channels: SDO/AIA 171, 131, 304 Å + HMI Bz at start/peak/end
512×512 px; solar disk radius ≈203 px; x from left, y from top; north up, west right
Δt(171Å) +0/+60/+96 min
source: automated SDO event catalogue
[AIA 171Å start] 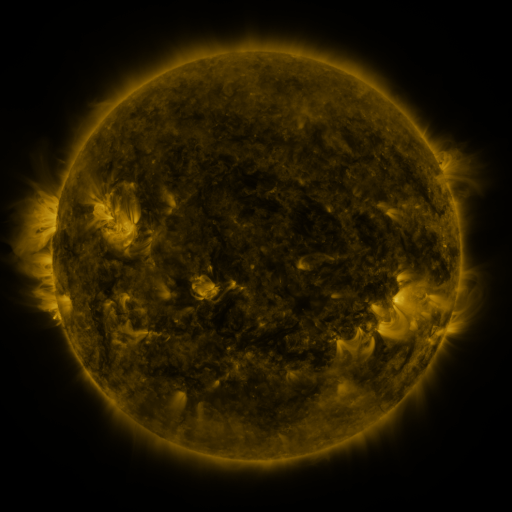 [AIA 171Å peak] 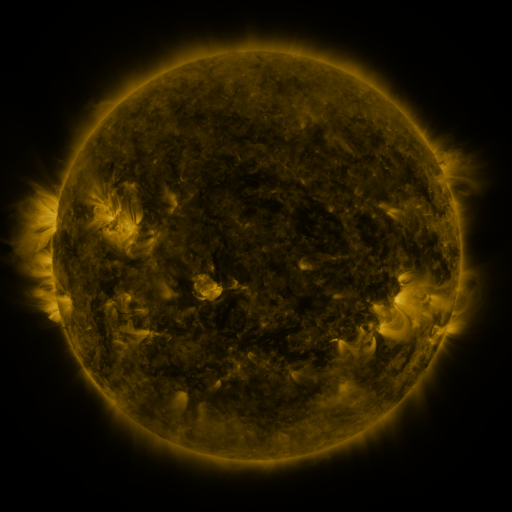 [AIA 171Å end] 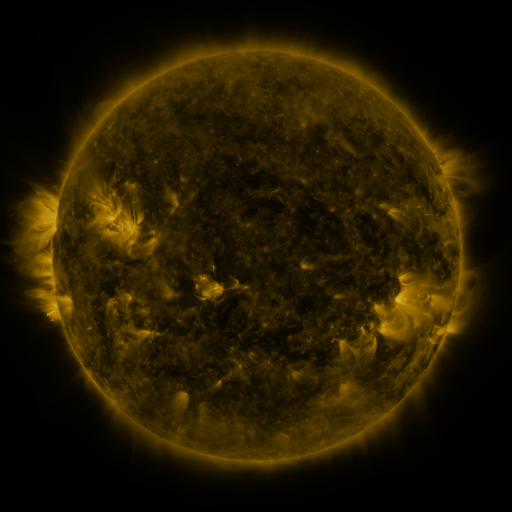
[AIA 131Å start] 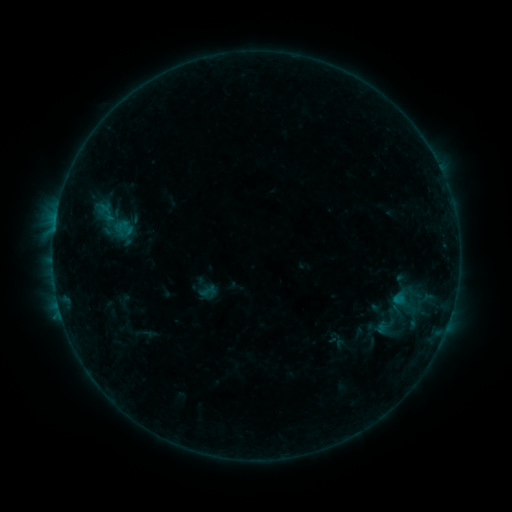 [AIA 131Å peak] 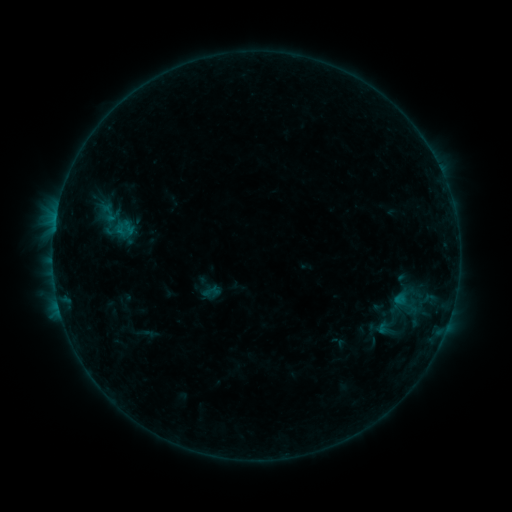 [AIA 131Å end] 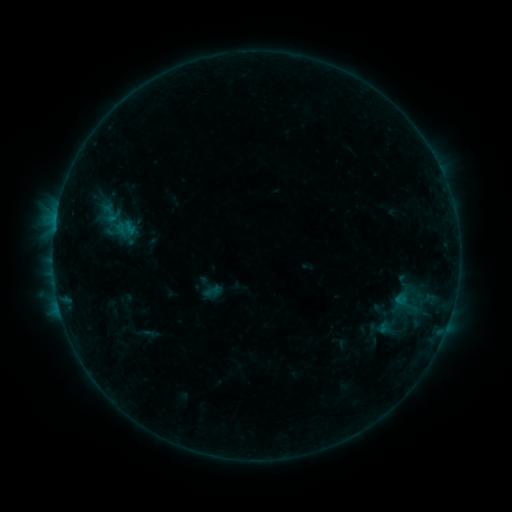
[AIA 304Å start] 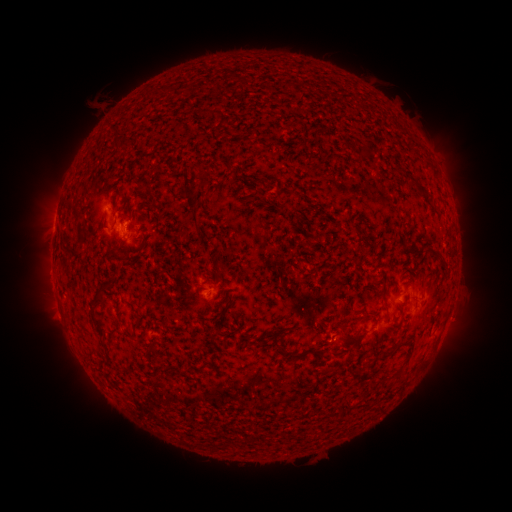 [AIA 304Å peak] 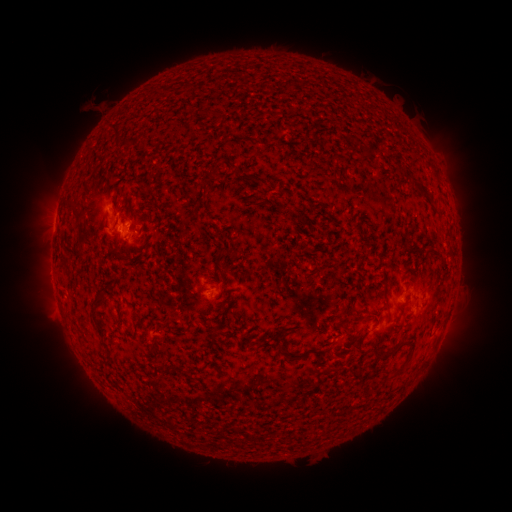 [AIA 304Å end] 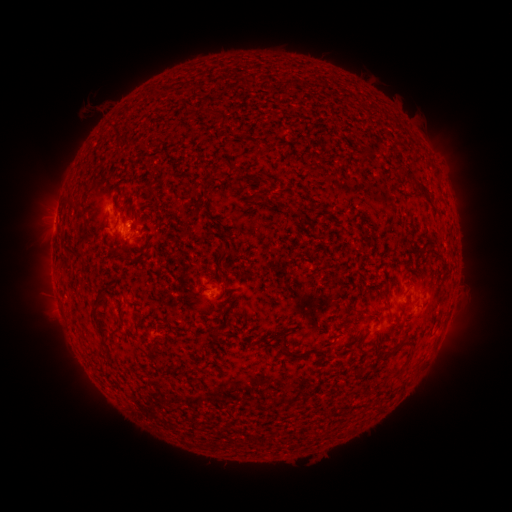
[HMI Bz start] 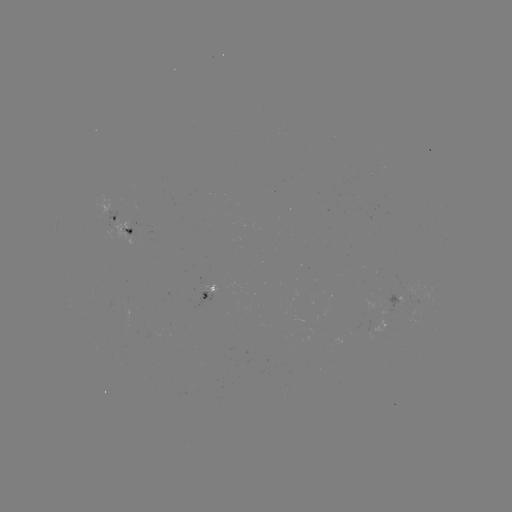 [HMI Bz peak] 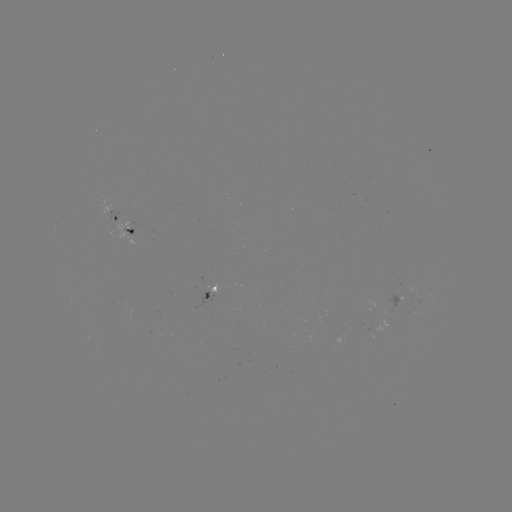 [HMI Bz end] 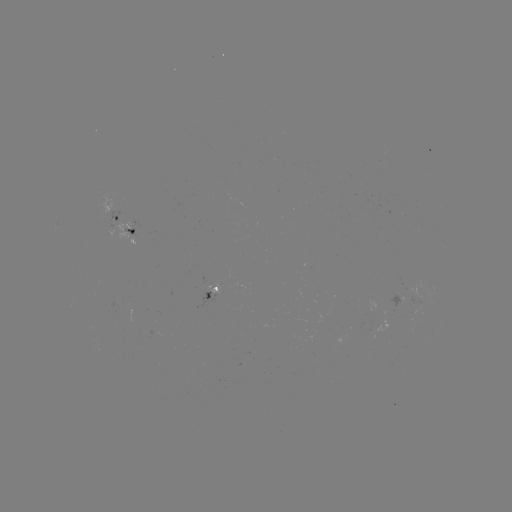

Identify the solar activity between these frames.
emerging-flux region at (408, 286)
